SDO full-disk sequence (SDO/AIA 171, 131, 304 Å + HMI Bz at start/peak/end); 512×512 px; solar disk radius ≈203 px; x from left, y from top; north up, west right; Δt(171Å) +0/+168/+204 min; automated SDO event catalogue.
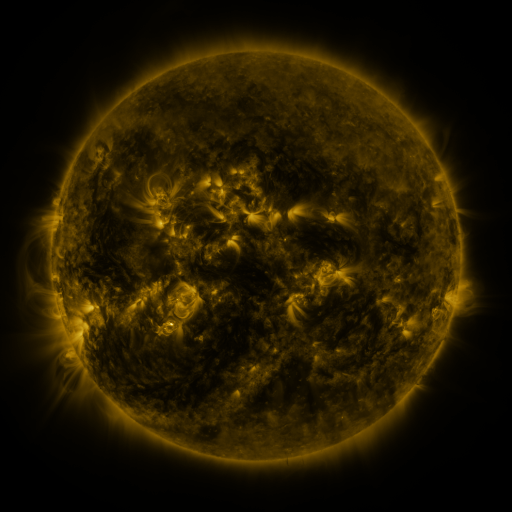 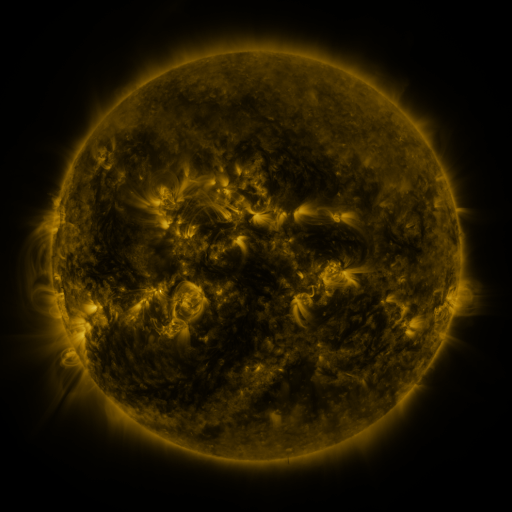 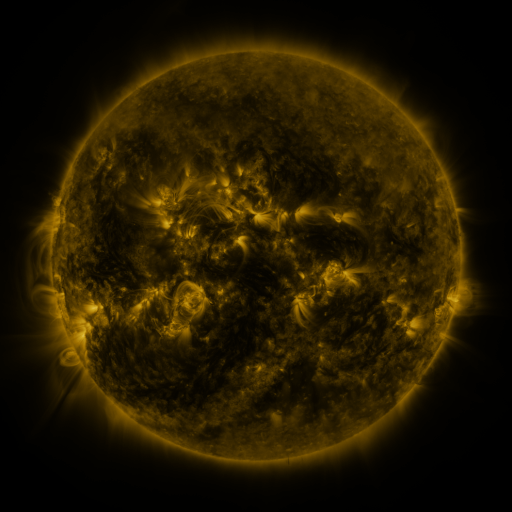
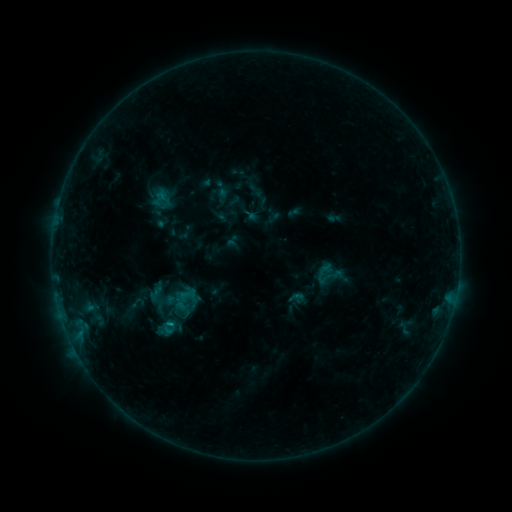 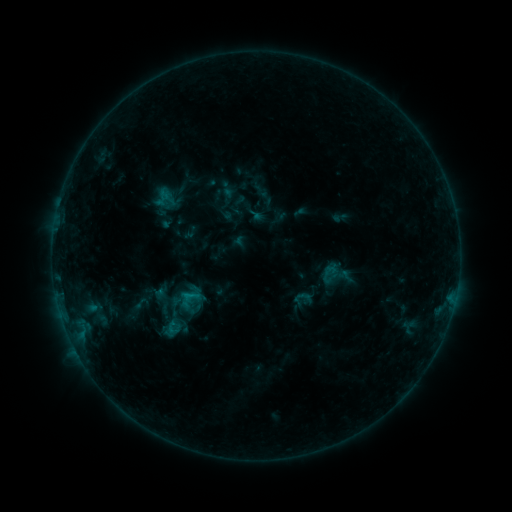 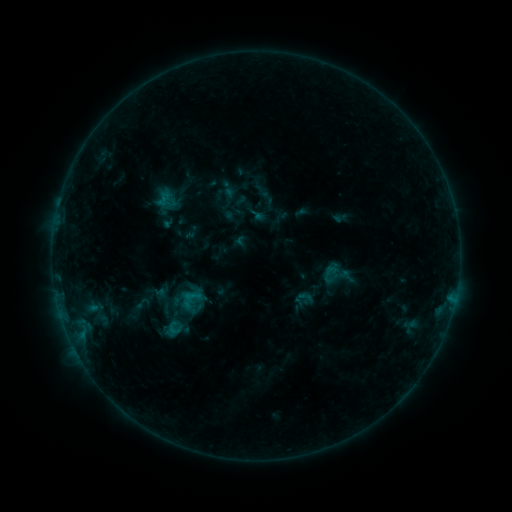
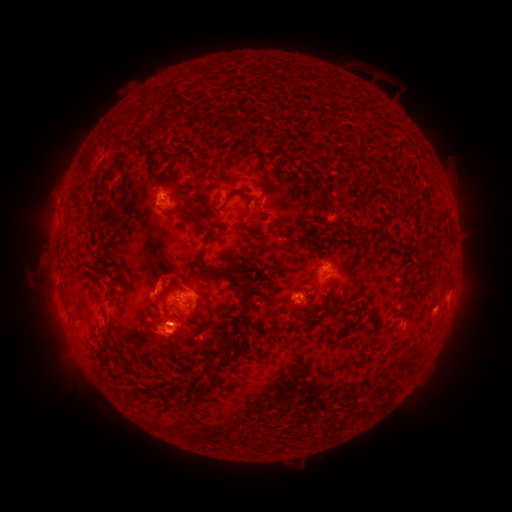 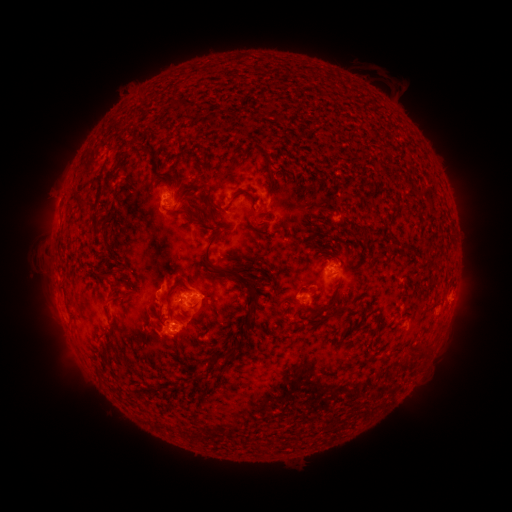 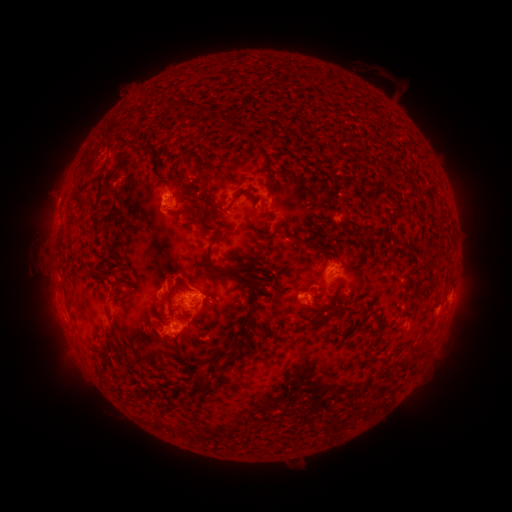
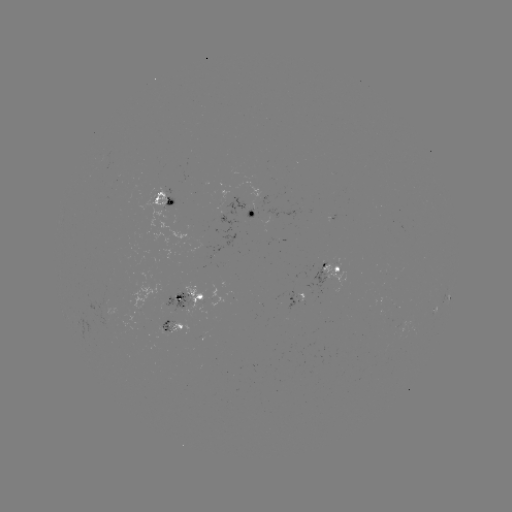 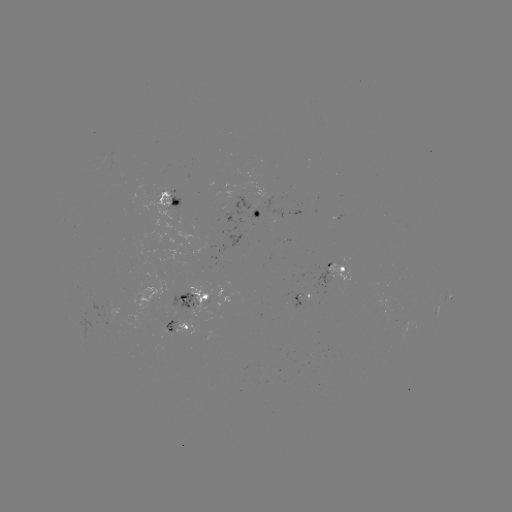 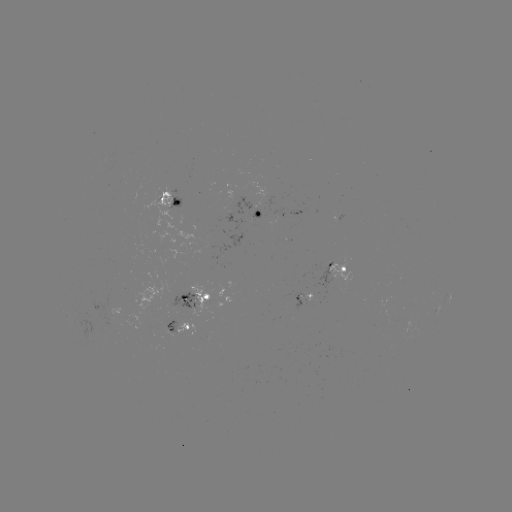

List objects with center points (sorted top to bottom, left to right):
emerging-flux region: (168, 328)
